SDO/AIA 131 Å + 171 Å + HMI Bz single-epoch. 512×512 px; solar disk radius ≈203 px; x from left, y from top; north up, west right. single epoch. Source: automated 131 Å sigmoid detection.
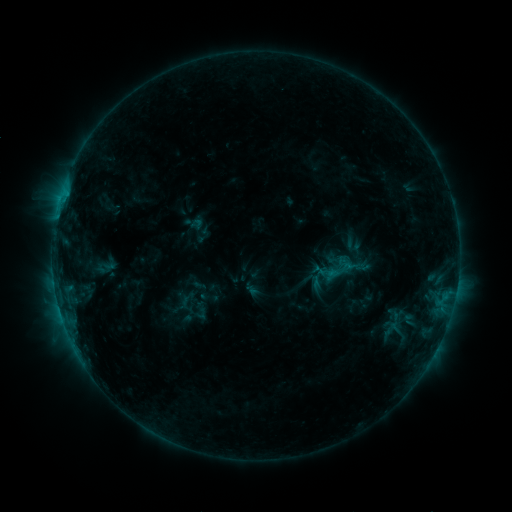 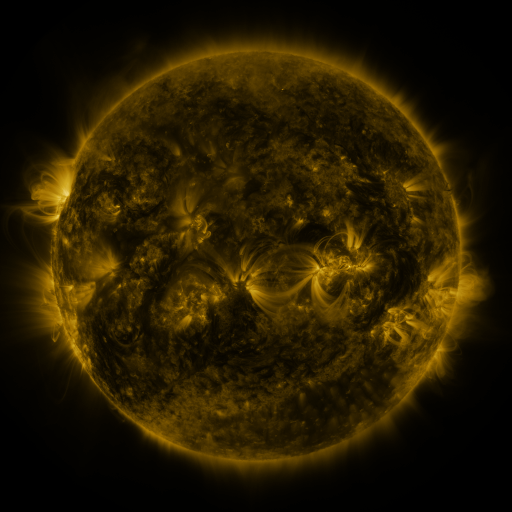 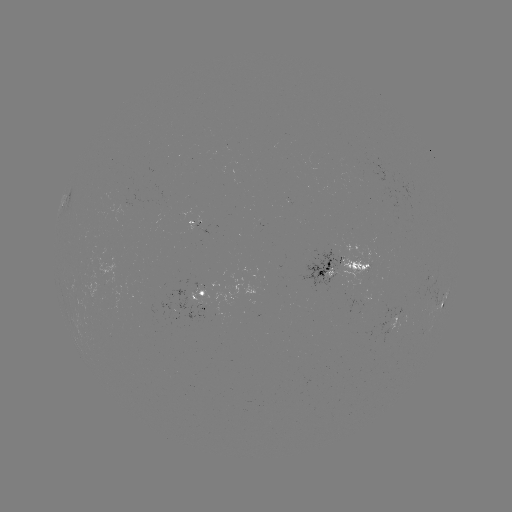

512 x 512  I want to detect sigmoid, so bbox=[326, 252, 360, 288].